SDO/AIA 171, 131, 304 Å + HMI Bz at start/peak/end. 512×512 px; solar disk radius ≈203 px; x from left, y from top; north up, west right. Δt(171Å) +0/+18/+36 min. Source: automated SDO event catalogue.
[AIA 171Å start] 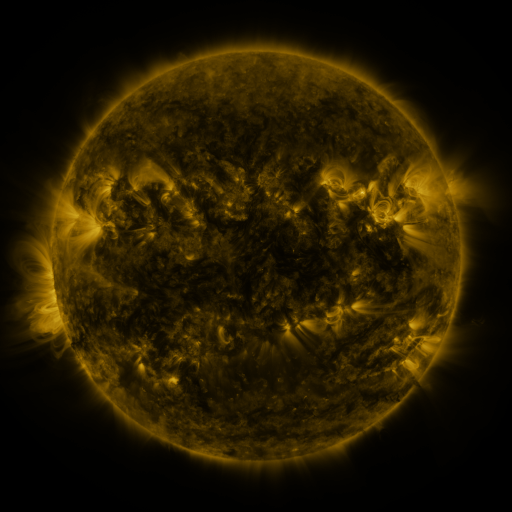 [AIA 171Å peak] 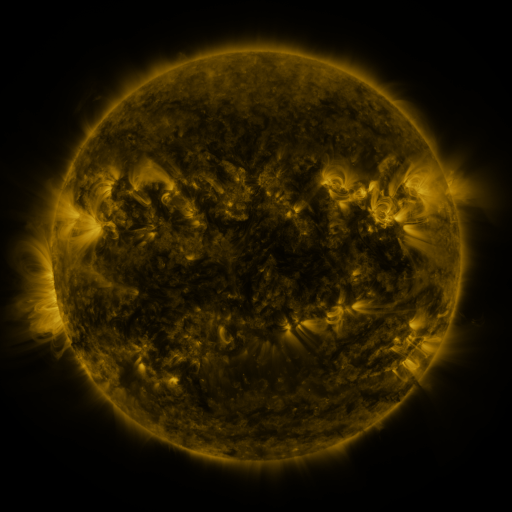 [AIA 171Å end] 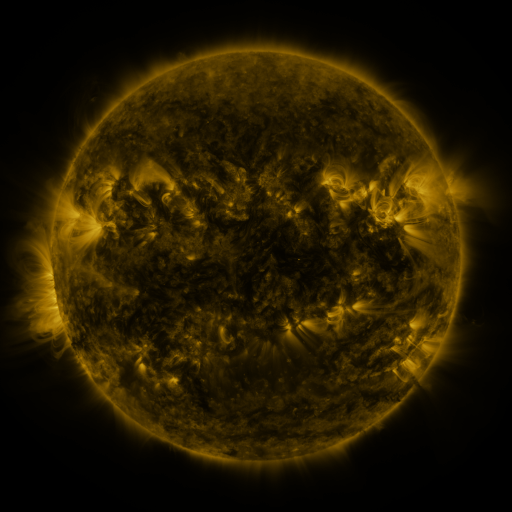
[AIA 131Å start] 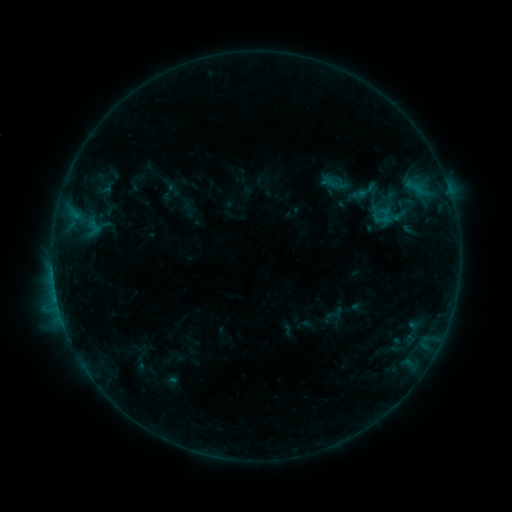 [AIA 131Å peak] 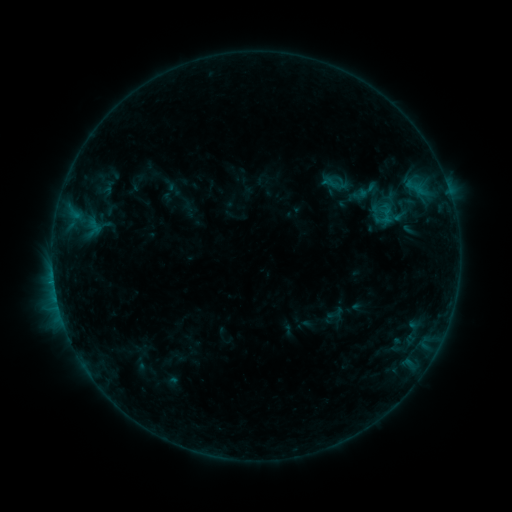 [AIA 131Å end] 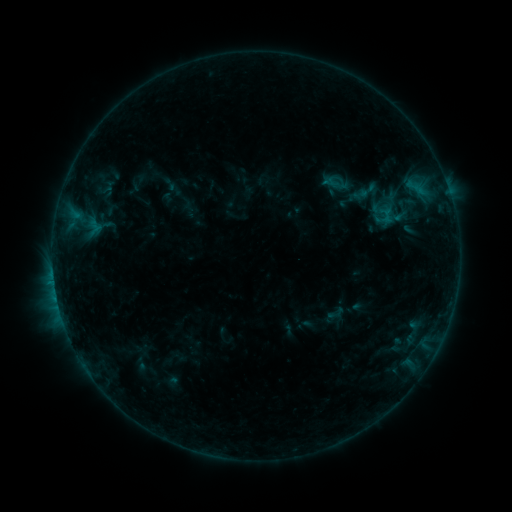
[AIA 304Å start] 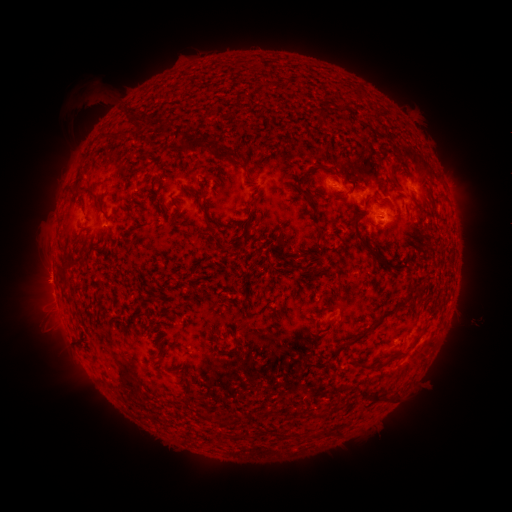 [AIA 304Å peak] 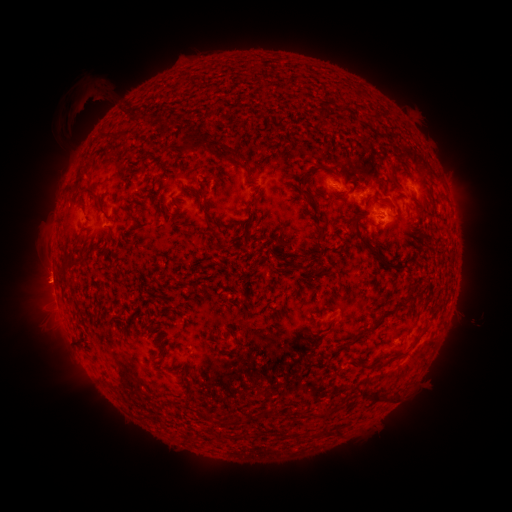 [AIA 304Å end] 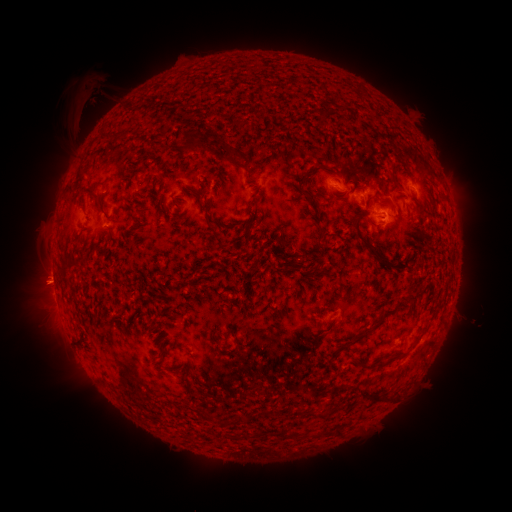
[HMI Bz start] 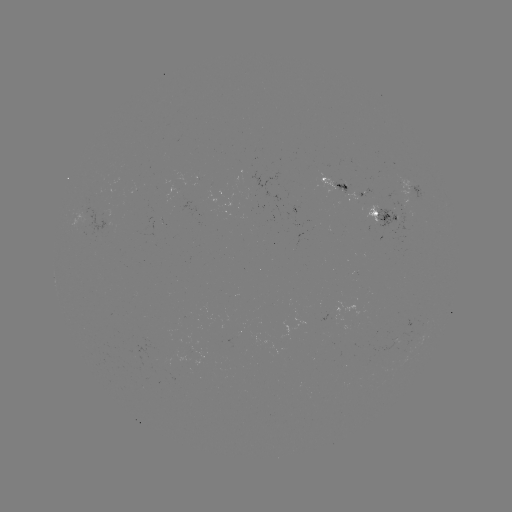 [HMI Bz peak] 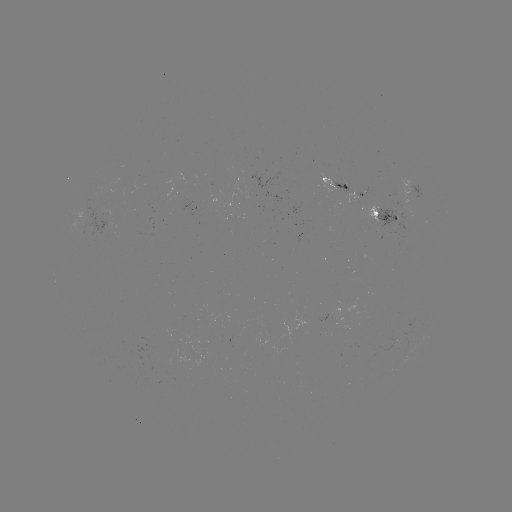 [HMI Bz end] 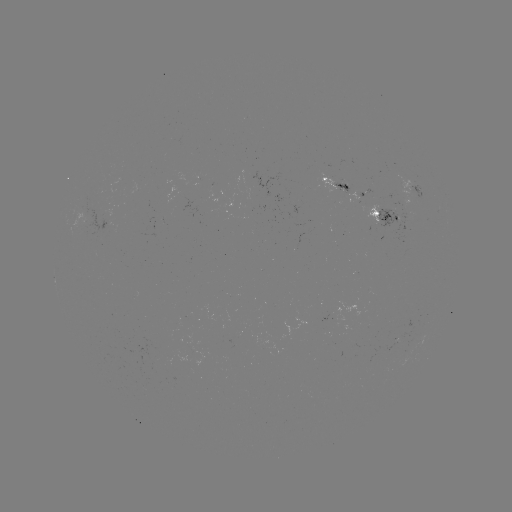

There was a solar eruption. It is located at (88, 104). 